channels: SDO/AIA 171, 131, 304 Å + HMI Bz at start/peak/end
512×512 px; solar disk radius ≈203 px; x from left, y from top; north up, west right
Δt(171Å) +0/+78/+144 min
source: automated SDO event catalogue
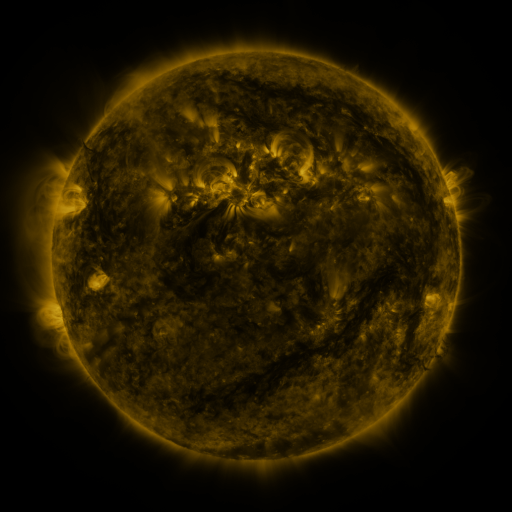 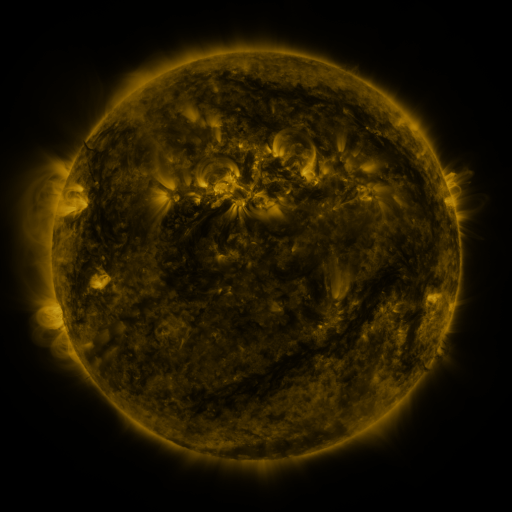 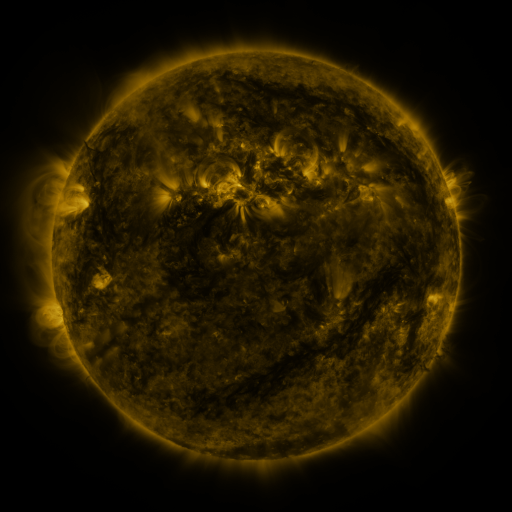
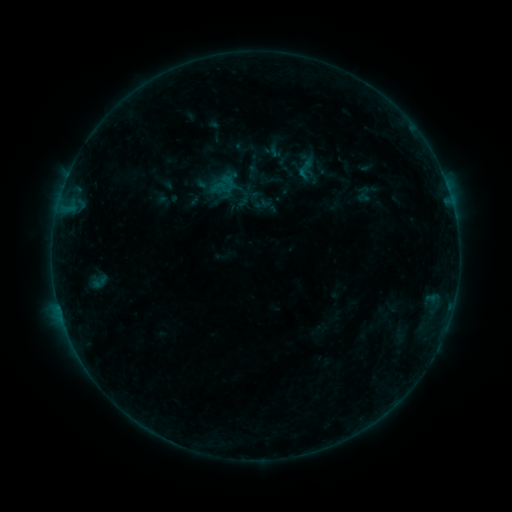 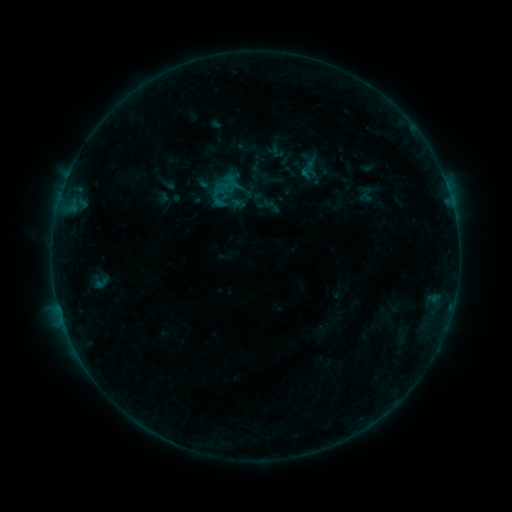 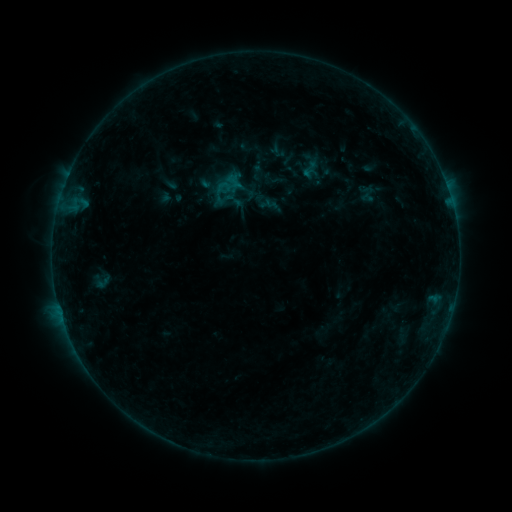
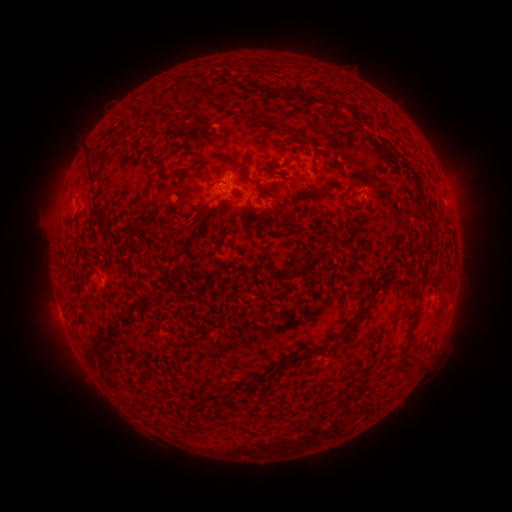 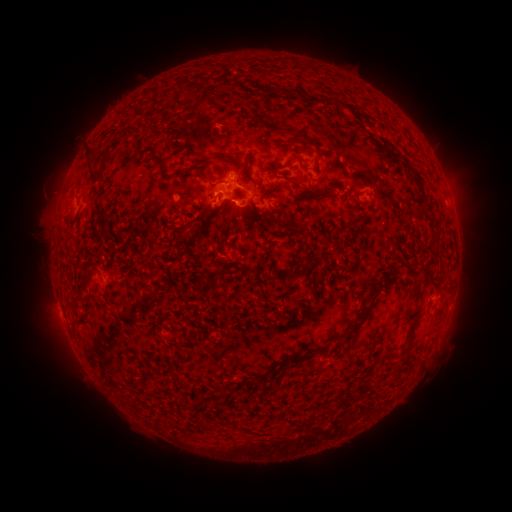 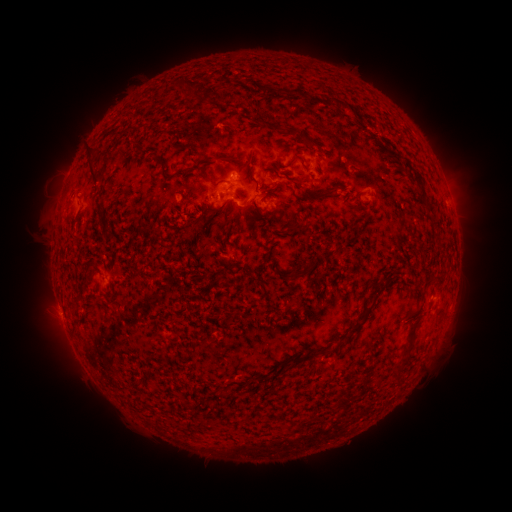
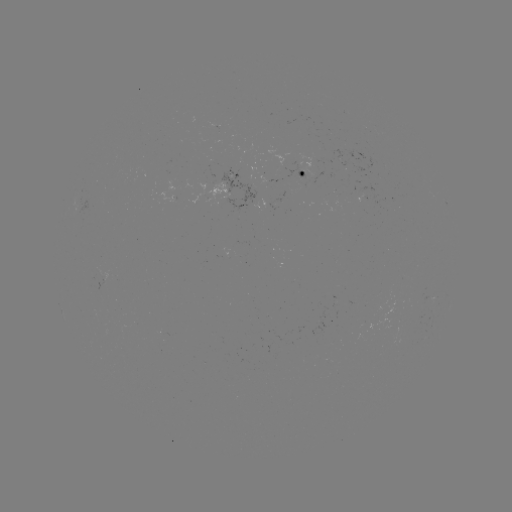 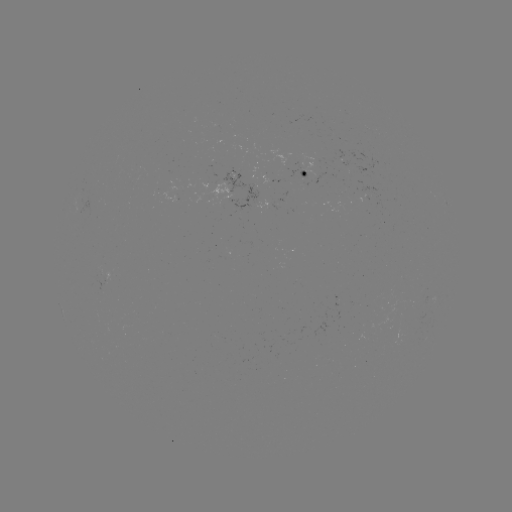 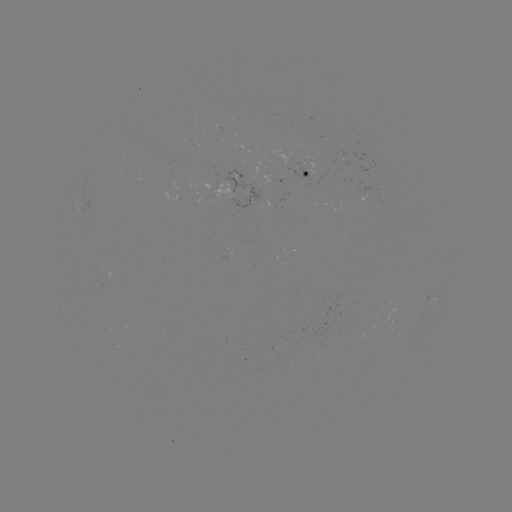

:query B5.5 flare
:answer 220,202